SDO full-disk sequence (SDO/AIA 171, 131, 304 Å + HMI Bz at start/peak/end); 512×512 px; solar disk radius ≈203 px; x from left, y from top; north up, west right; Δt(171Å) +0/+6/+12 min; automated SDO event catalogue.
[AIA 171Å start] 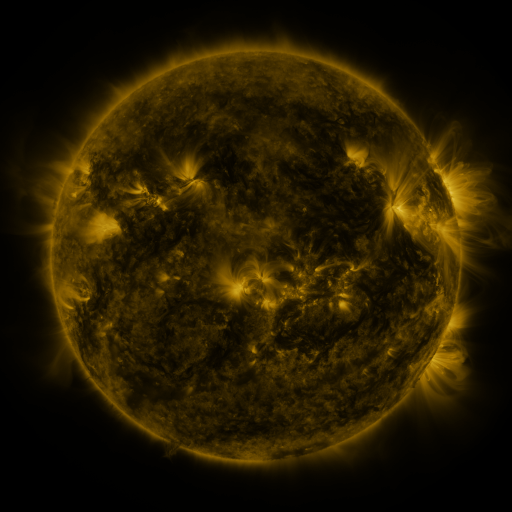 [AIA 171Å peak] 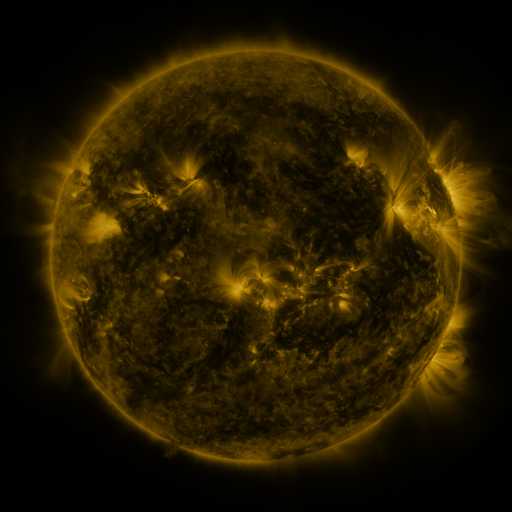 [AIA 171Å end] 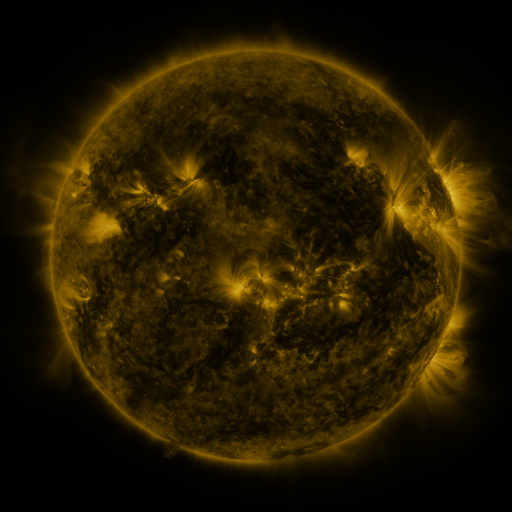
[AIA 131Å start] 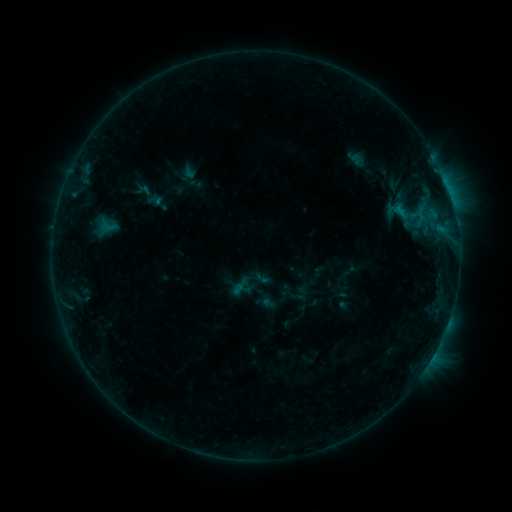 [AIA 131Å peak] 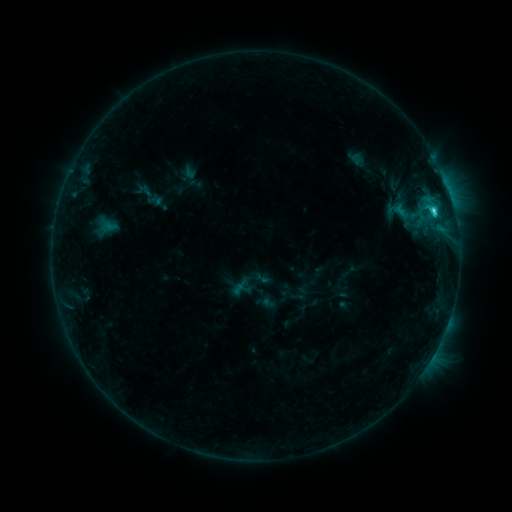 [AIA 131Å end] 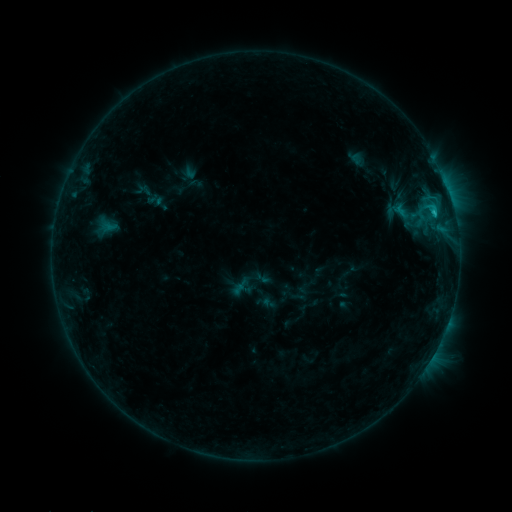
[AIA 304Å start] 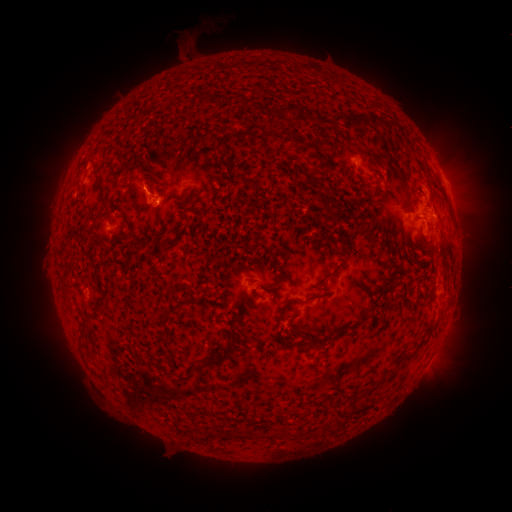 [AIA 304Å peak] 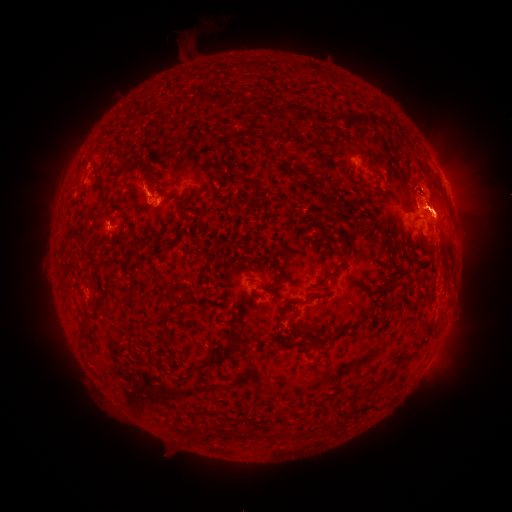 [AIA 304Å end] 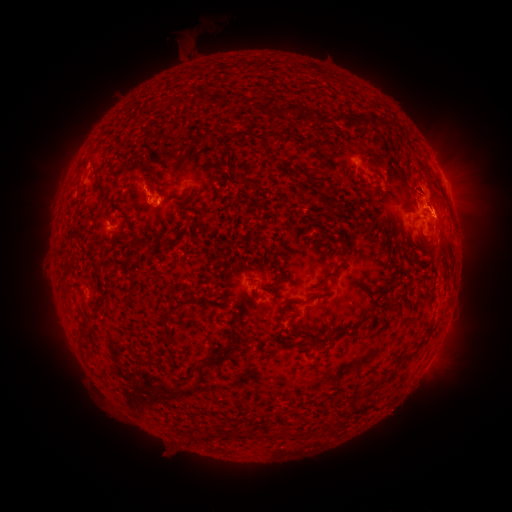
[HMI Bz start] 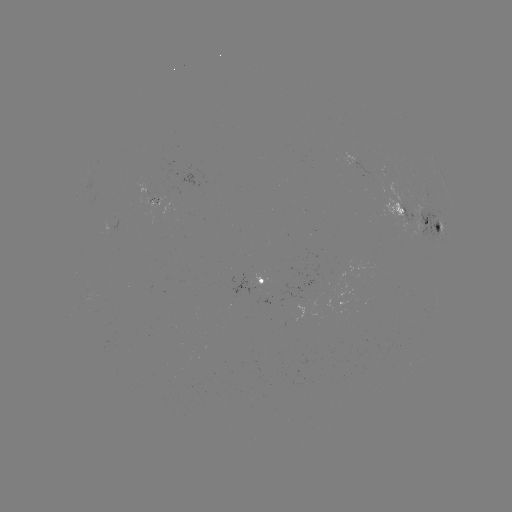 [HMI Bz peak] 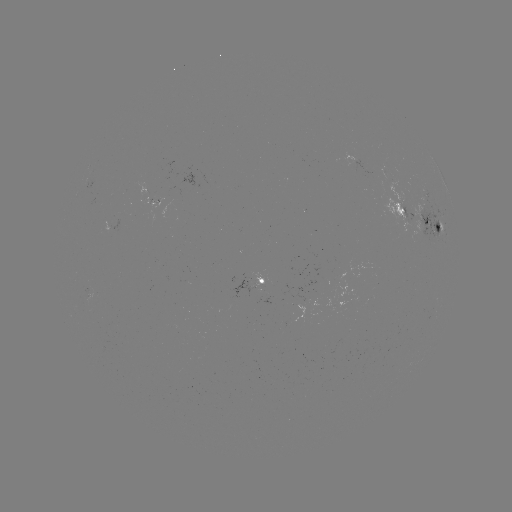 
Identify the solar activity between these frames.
C2.3 flare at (433, 216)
